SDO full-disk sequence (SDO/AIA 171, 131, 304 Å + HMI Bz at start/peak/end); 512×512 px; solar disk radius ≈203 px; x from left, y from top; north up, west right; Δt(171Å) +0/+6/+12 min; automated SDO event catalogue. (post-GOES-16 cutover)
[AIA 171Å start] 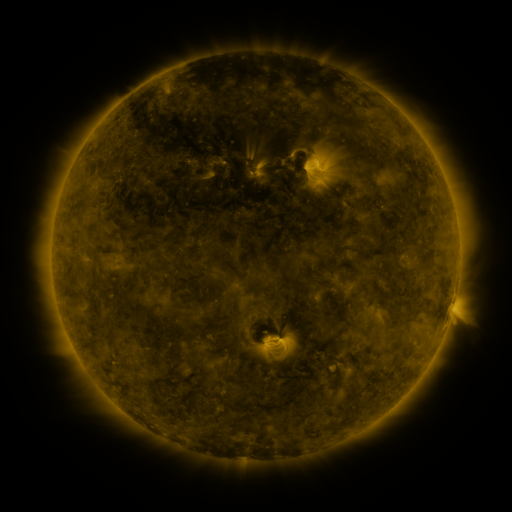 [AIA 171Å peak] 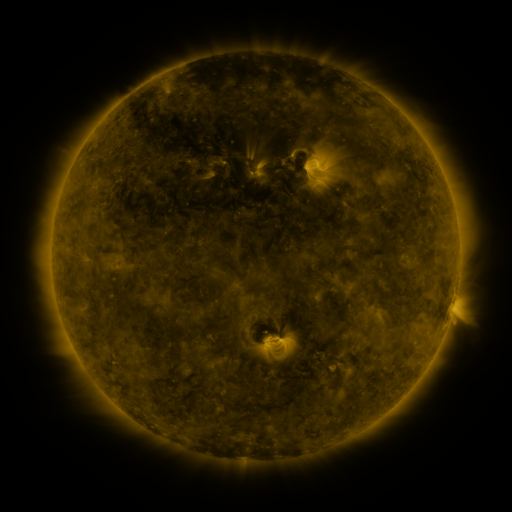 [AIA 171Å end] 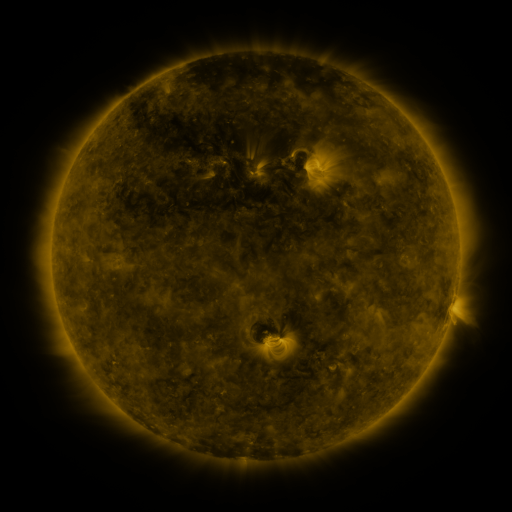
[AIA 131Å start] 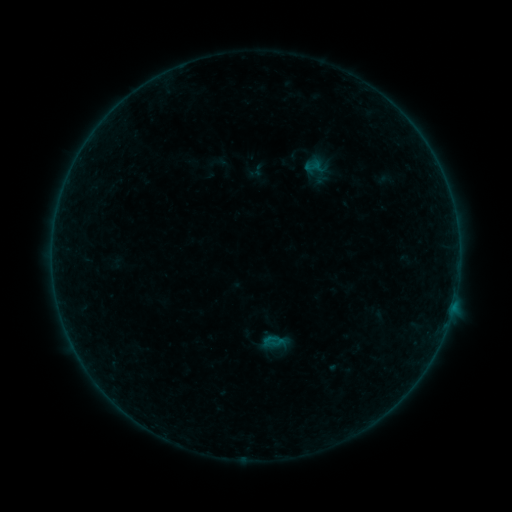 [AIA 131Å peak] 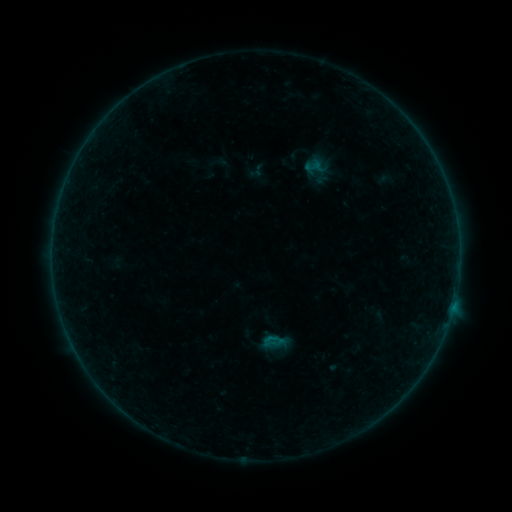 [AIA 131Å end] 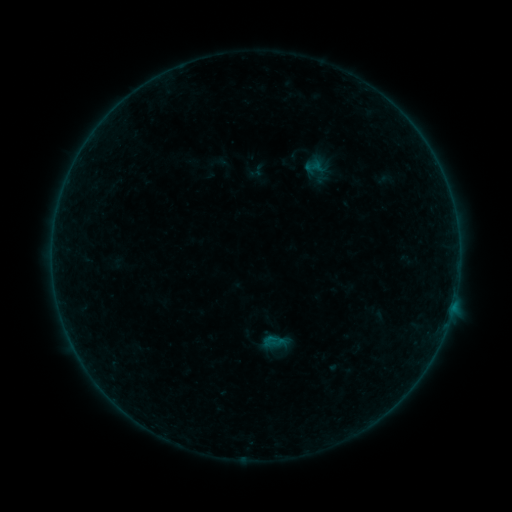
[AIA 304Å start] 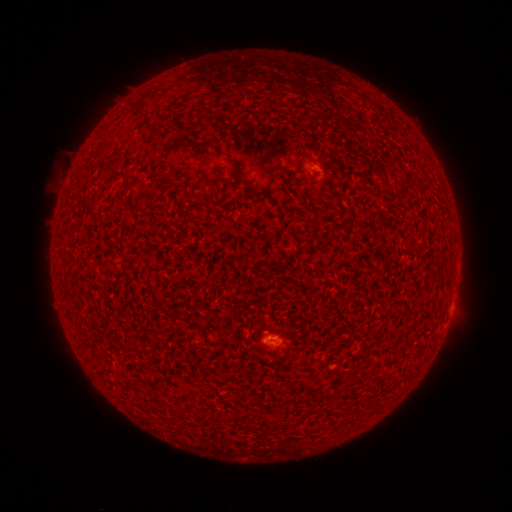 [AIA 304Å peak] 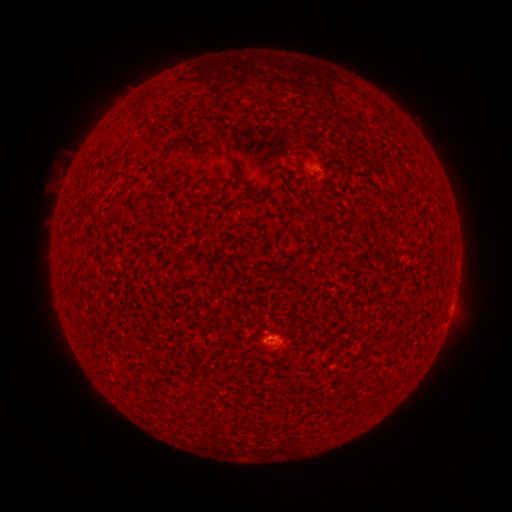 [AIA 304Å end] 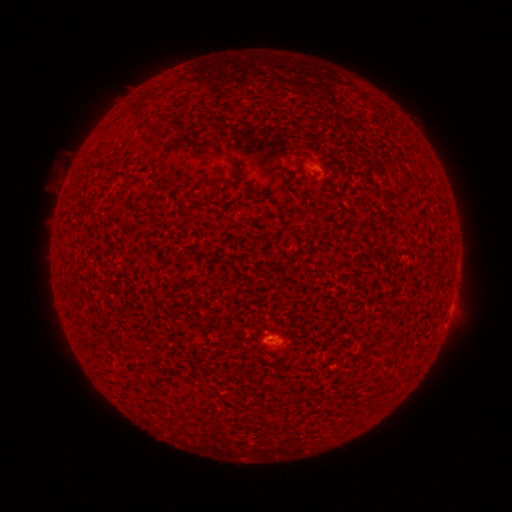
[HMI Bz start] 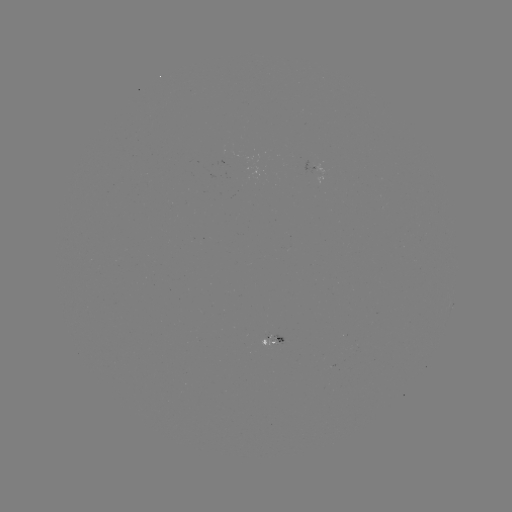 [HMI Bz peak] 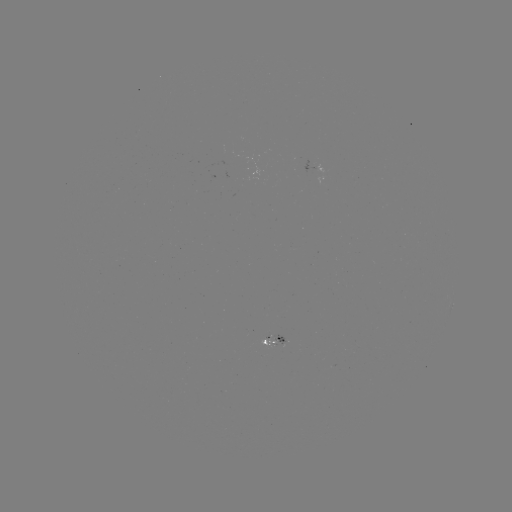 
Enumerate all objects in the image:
B1.2 flare: (269, 335)
